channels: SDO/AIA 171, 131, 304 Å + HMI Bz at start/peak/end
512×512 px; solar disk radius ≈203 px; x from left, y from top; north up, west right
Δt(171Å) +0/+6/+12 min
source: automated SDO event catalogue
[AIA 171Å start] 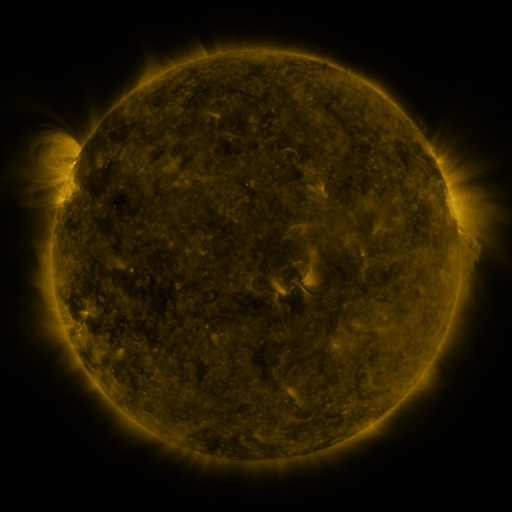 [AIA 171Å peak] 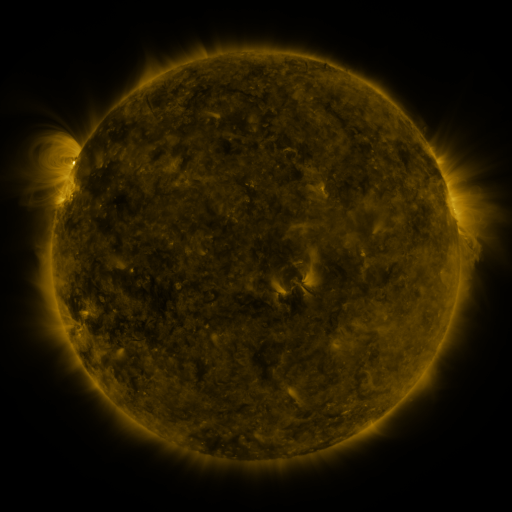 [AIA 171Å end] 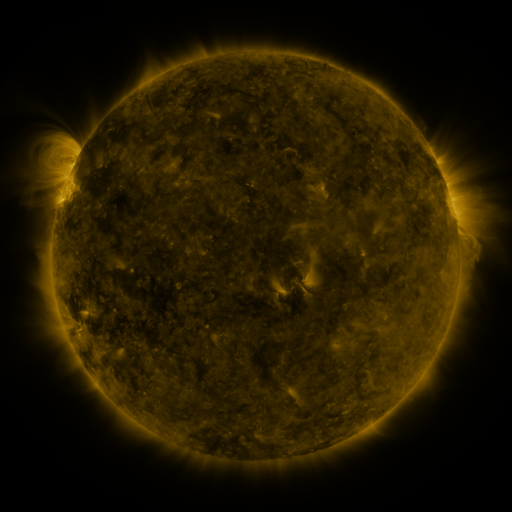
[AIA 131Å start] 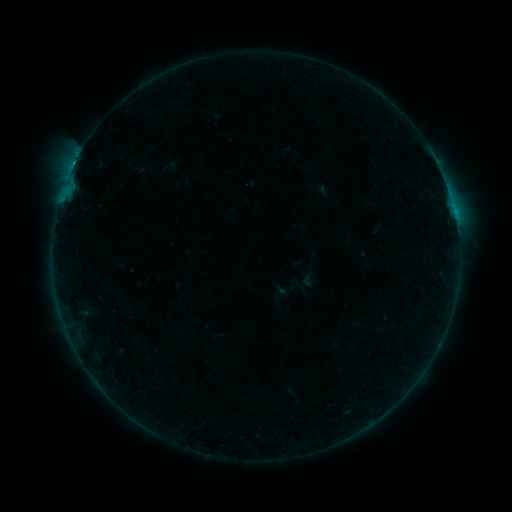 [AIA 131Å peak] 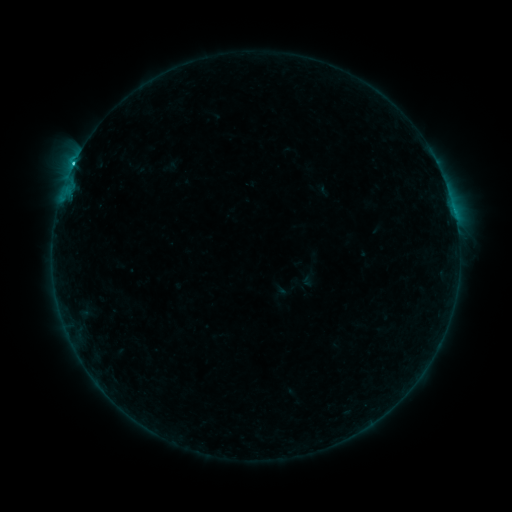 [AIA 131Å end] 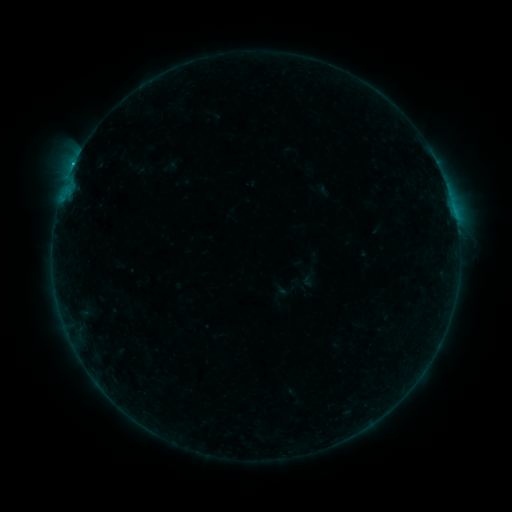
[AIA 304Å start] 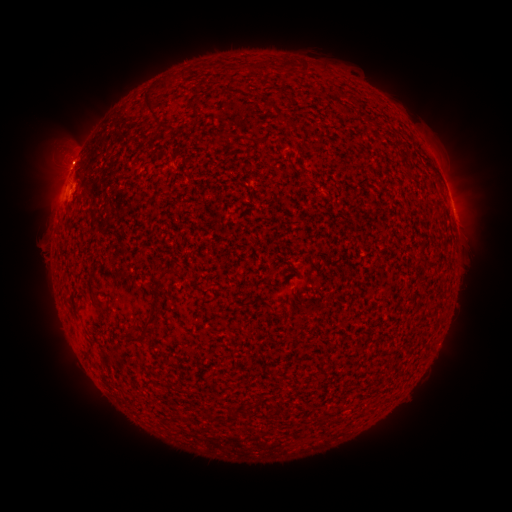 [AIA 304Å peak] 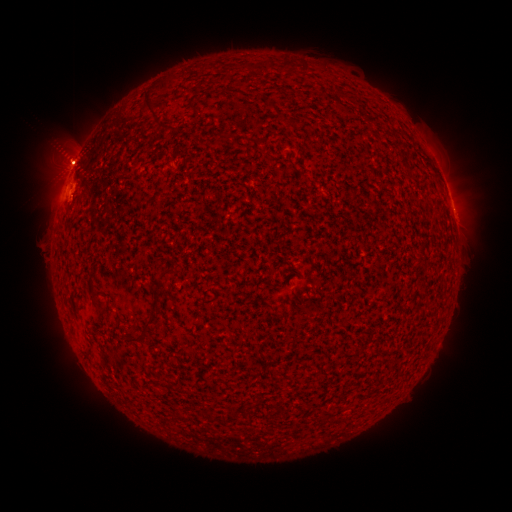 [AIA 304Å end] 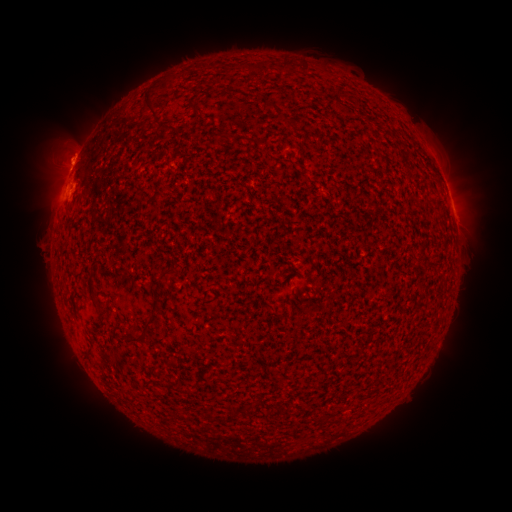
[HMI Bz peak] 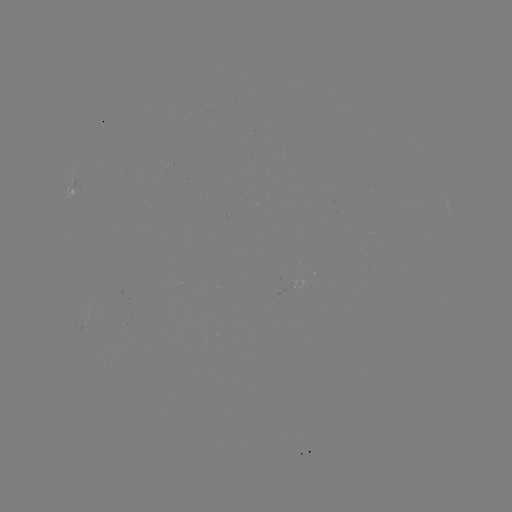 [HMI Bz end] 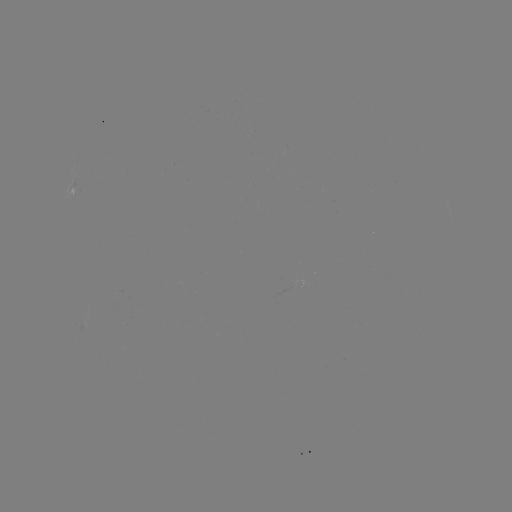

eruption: <bbox>36, 255, 154, 436</bbox>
